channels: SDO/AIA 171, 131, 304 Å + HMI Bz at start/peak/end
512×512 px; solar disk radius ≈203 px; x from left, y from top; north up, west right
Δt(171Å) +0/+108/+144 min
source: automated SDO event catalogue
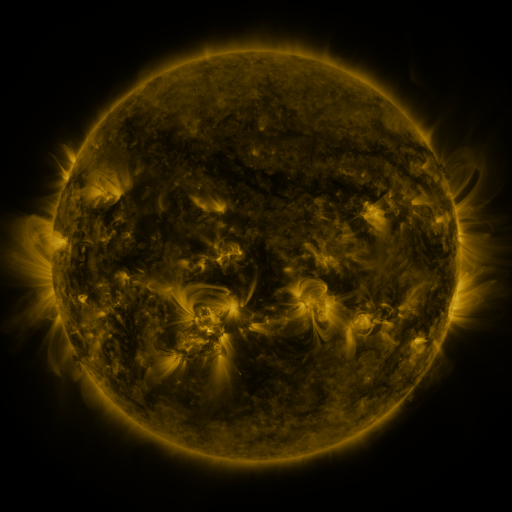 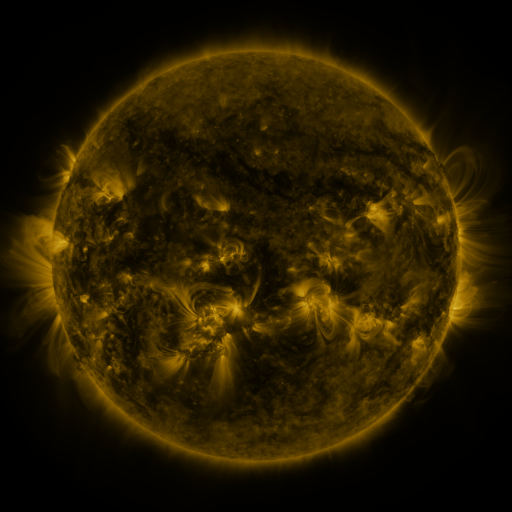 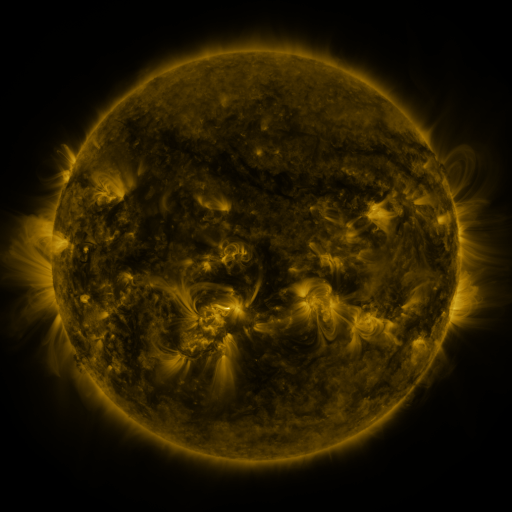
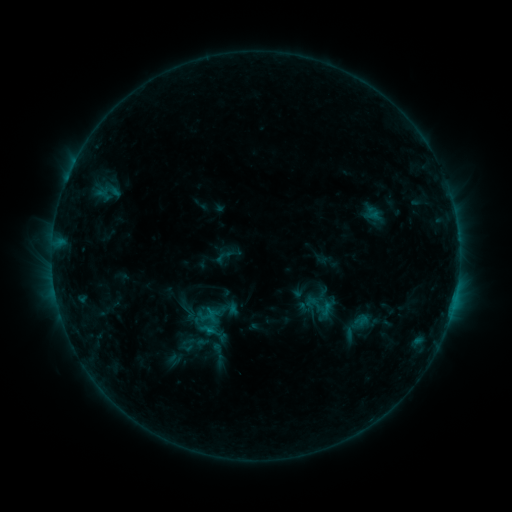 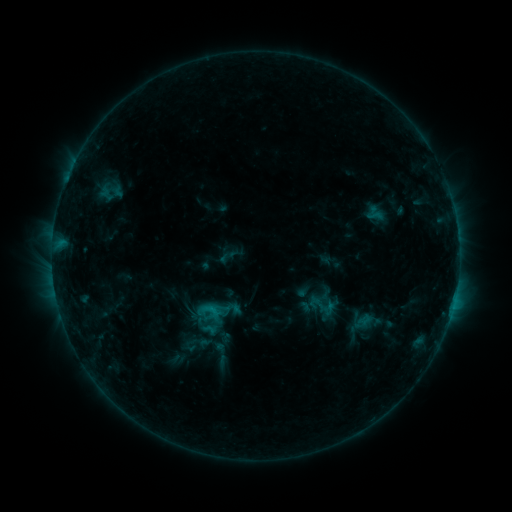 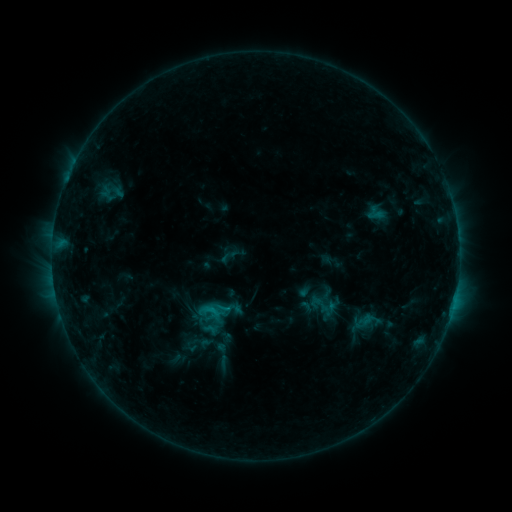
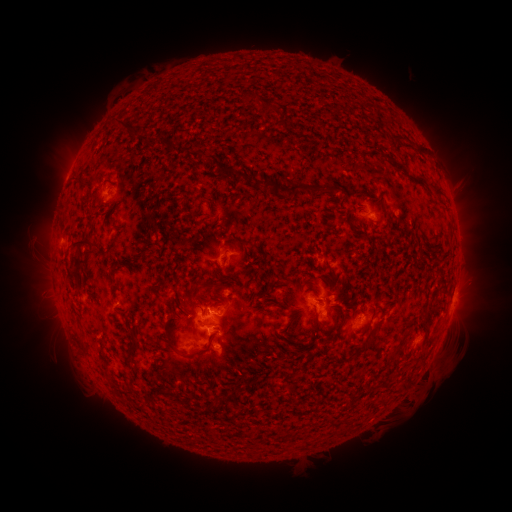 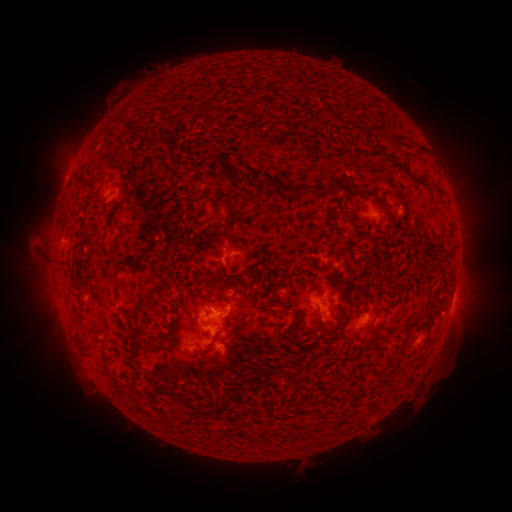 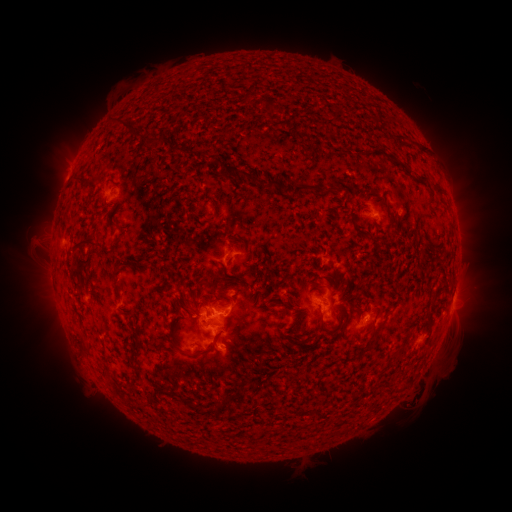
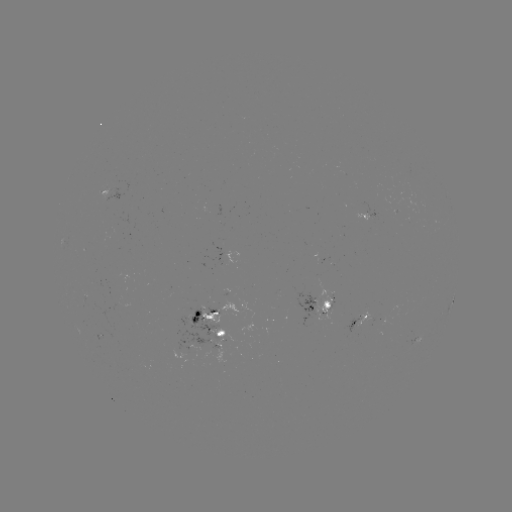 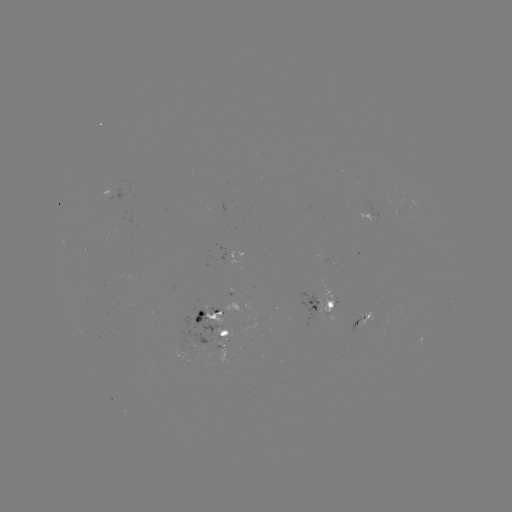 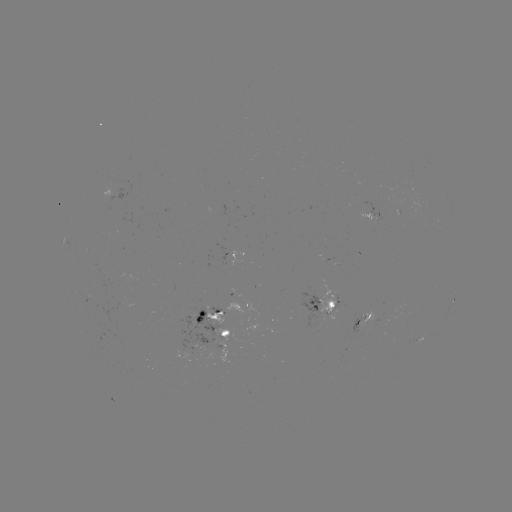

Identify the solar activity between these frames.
emerging-flux region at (324, 259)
